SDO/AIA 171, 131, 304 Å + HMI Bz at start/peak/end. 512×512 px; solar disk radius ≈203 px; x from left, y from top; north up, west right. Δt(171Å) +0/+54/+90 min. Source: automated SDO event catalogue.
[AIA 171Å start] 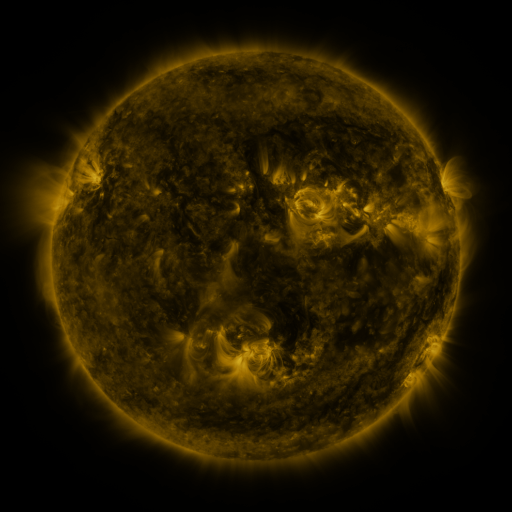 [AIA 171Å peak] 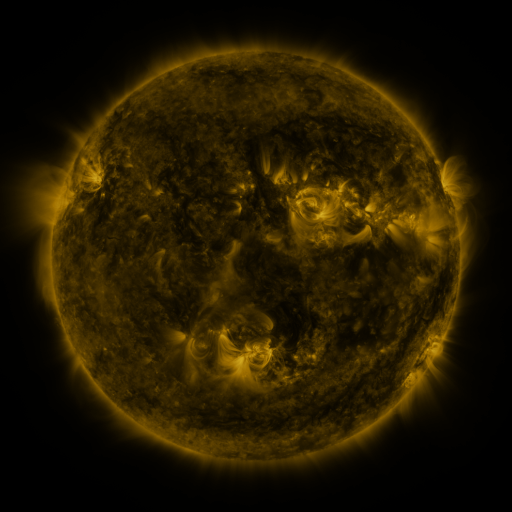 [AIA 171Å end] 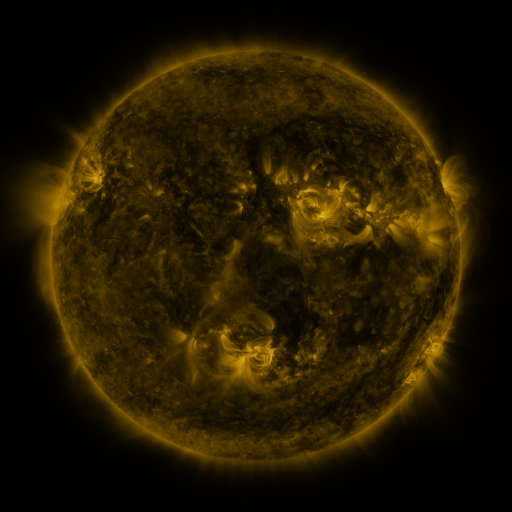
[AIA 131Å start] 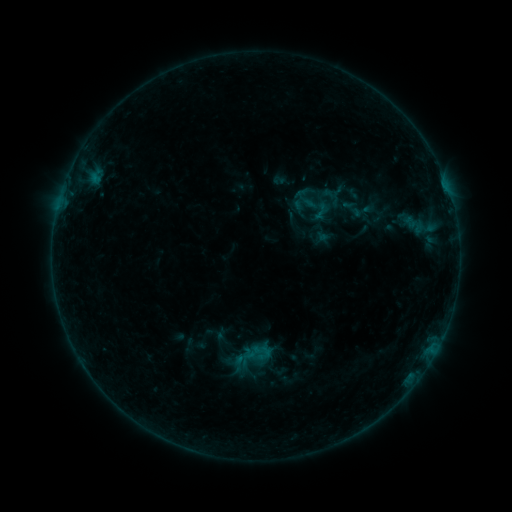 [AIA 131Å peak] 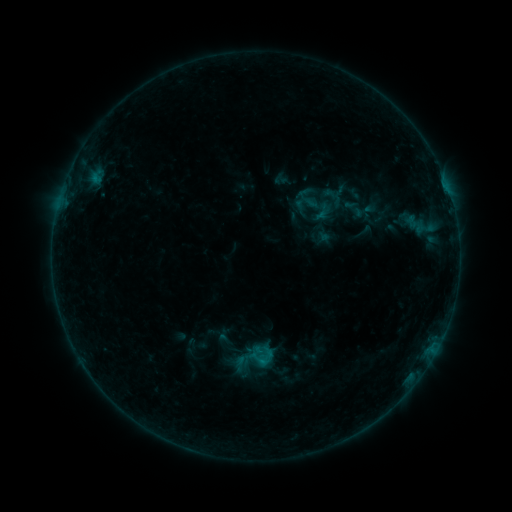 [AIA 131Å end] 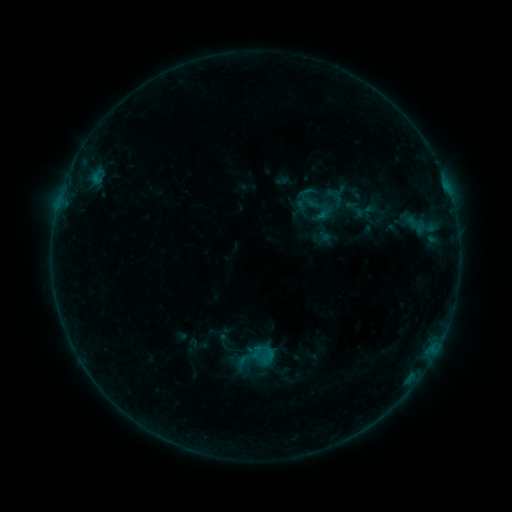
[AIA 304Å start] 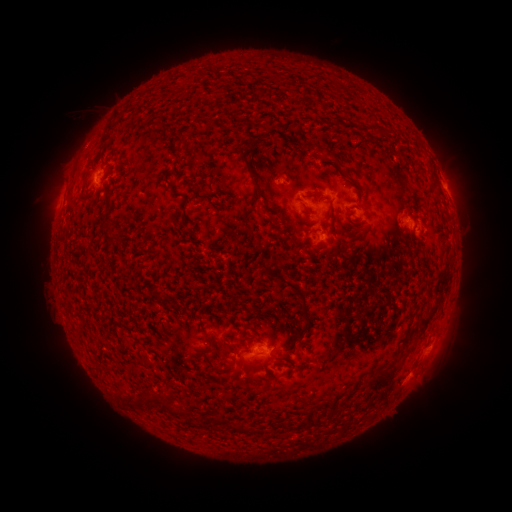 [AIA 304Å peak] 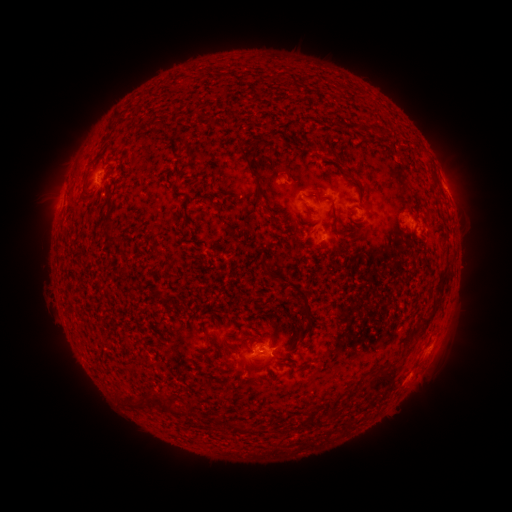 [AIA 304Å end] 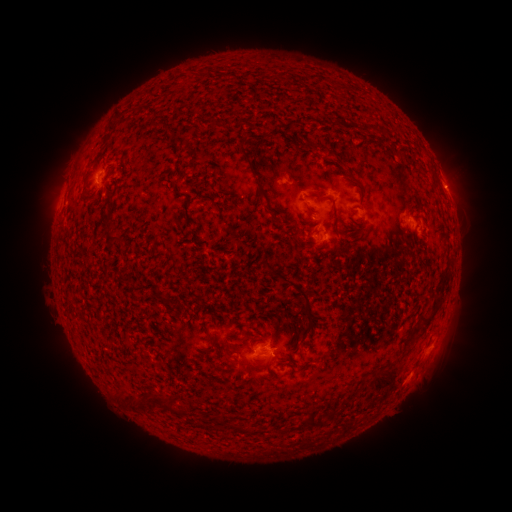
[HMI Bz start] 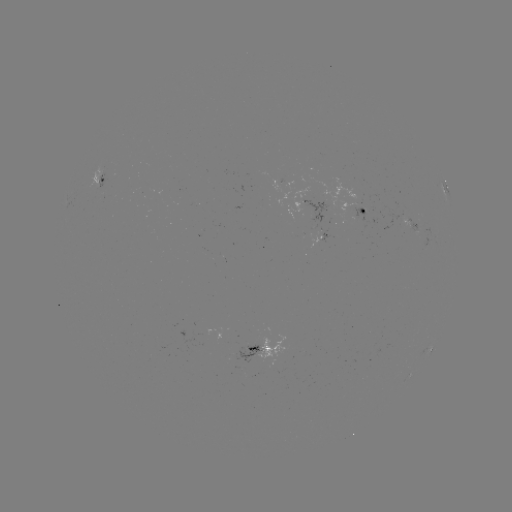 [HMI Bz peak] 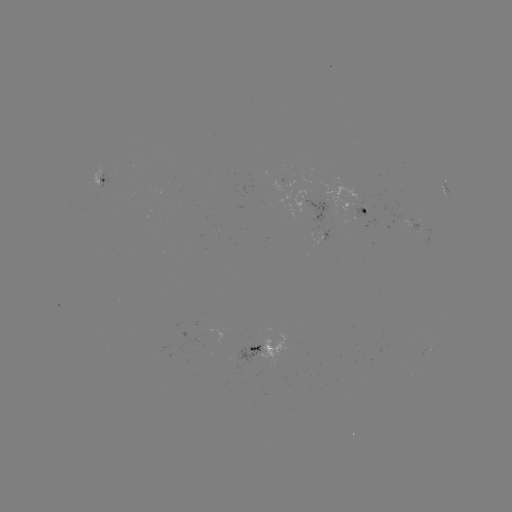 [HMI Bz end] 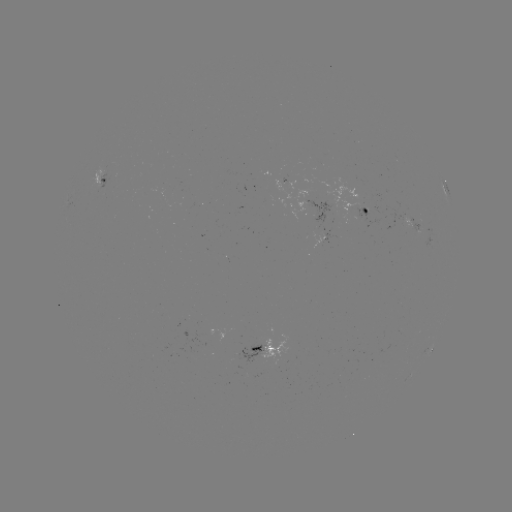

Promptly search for B5.2 flare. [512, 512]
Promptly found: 259,360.